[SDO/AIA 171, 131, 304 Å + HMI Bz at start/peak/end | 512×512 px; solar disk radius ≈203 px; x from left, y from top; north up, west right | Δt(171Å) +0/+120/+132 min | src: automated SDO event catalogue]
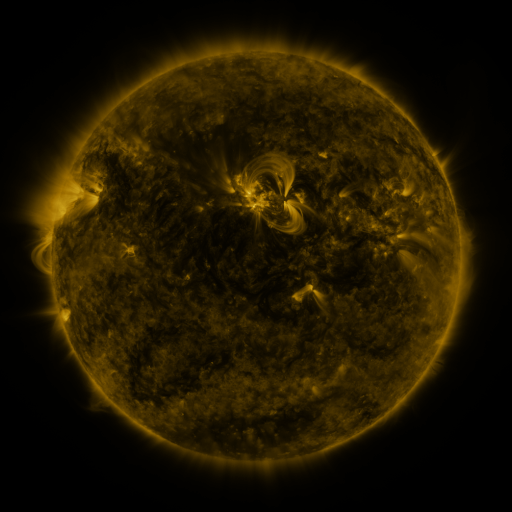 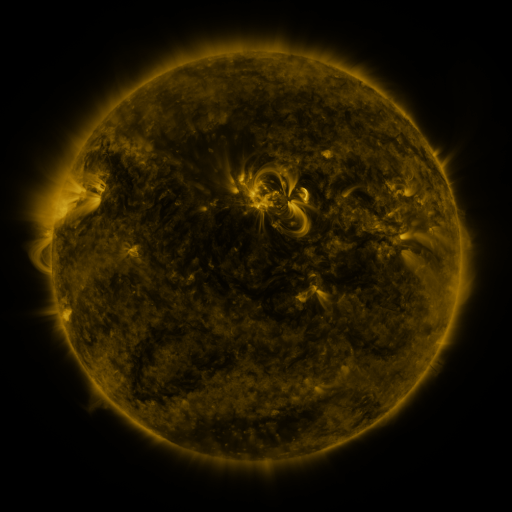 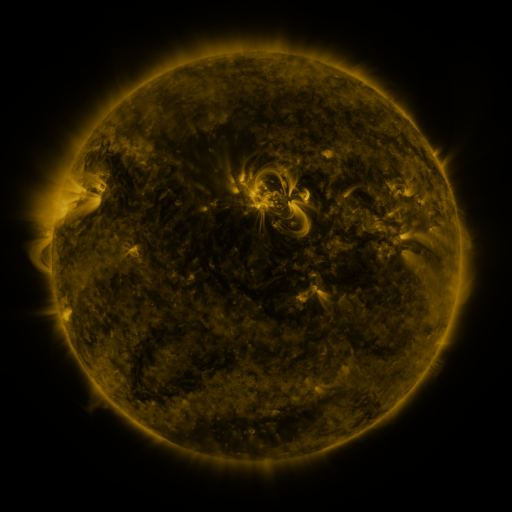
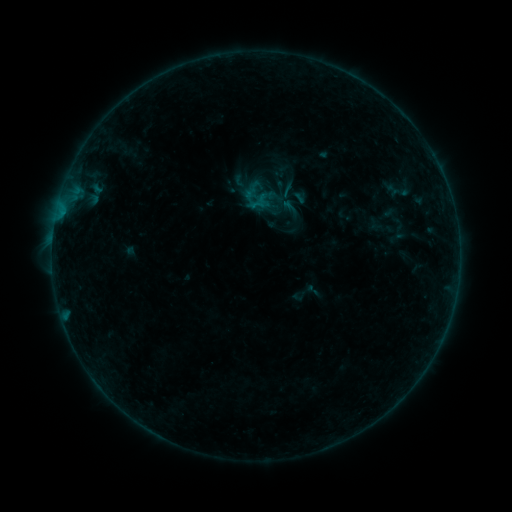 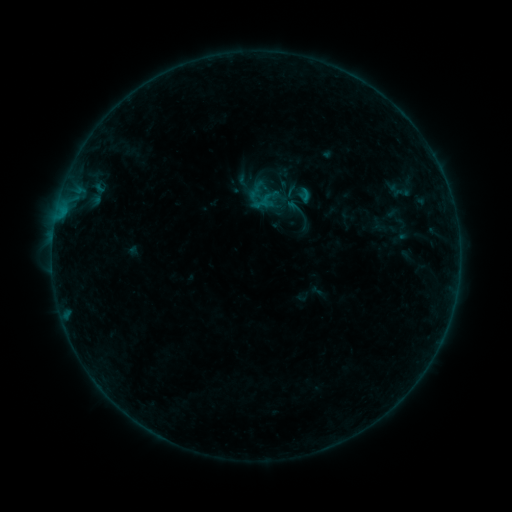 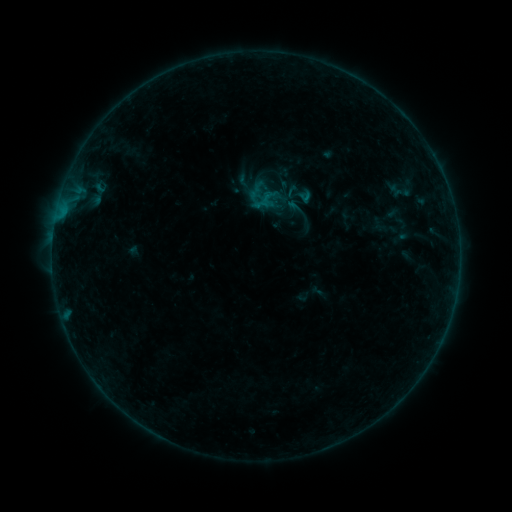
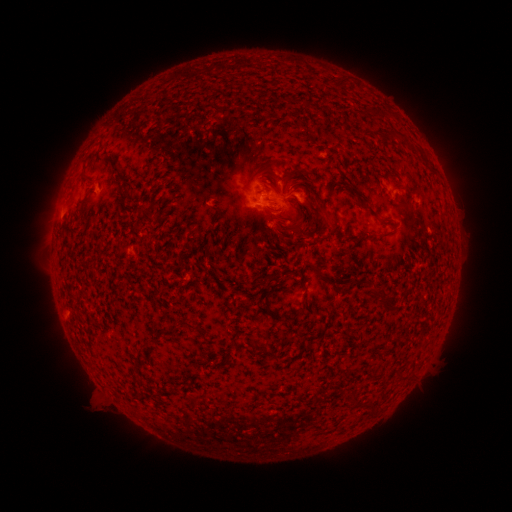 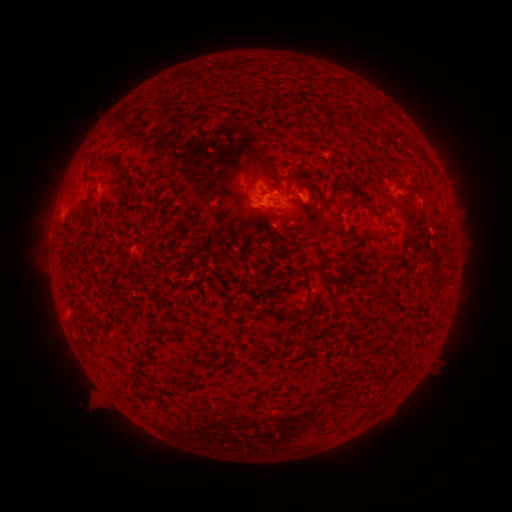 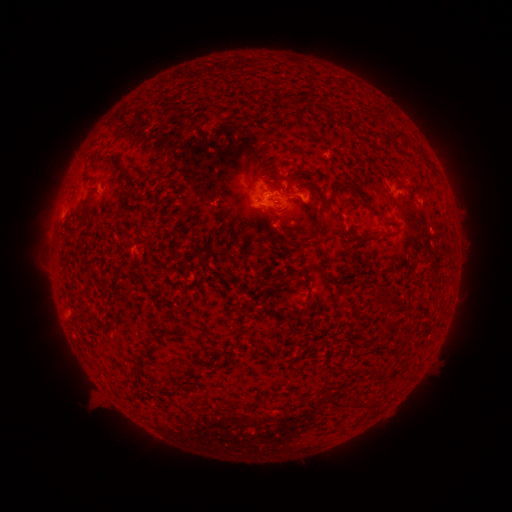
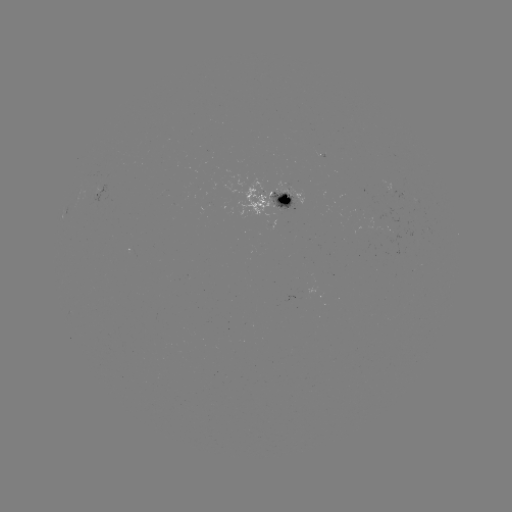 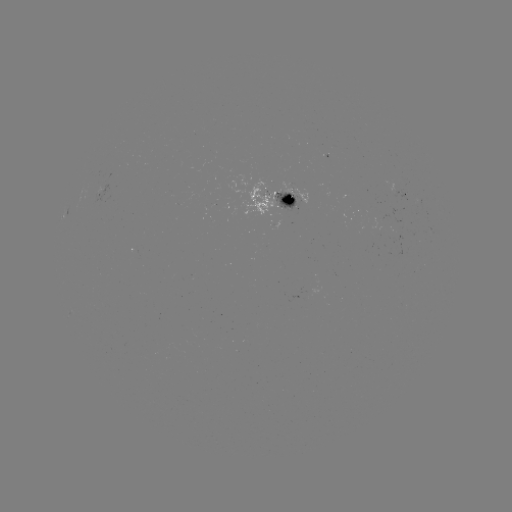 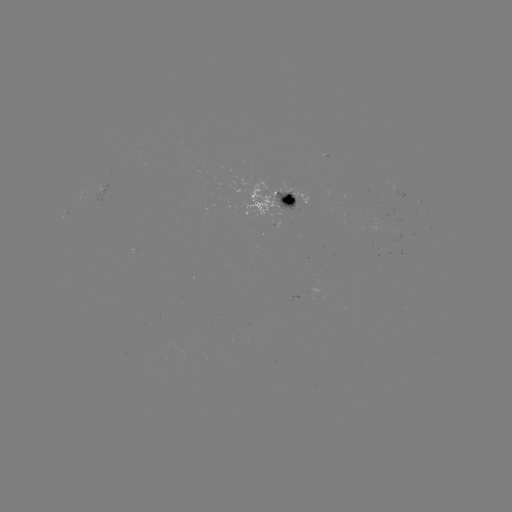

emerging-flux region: (273, 190, 299, 212)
